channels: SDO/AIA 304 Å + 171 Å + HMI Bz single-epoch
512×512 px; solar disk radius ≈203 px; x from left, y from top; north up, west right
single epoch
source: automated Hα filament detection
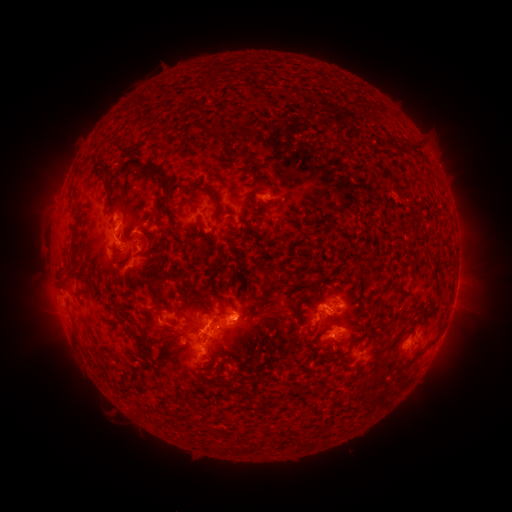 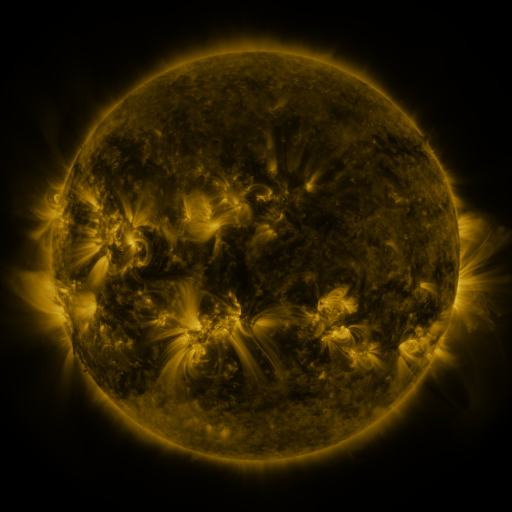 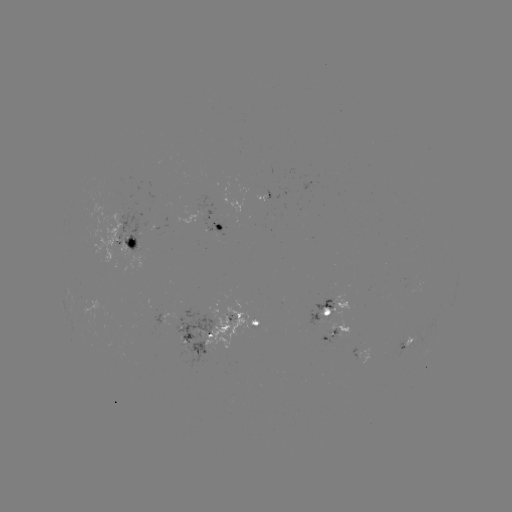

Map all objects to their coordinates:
filament: (226, 81)
filament: (245, 89)
filament: (378, 107)
filament: (200, 129)
filament: (413, 145)
filament: (388, 146)
filament: (236, 157)
filament: (162, 179)
filament: (107, 188)
filament: (70, 199)
filament: (195, 208)
filament: (412, 225)
filament: (143, 240)
filament: (222, 251)
filament: (238, 262)
filament: (441, 274)
filament: (267, 276)
filament: (157, 284)
filament: (250, 284)
filament: (65, 286)
filament: (385, 286)
filament: (182, 289)
filament: (376, 301)
filament: (198, 302)
filament: (427, 309)
filament: (161, 310)
filament: (300, 322)
filament: (315, 329)
filament: (398, 335)
filament: (199, 337)
filament: (184, 339)
filament: (140, 344)
filament: (421, 351)
filament: (254, 374)
filament: (129, 383)
